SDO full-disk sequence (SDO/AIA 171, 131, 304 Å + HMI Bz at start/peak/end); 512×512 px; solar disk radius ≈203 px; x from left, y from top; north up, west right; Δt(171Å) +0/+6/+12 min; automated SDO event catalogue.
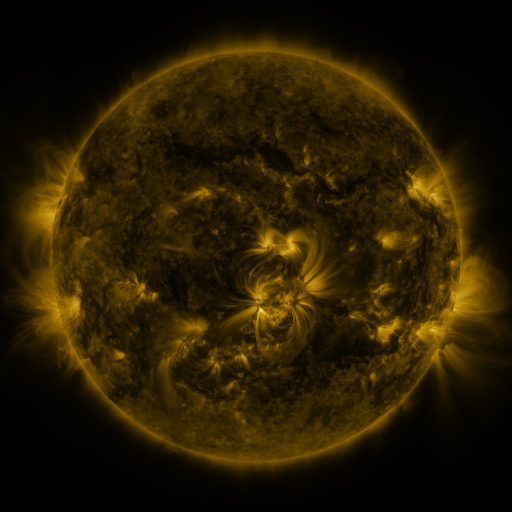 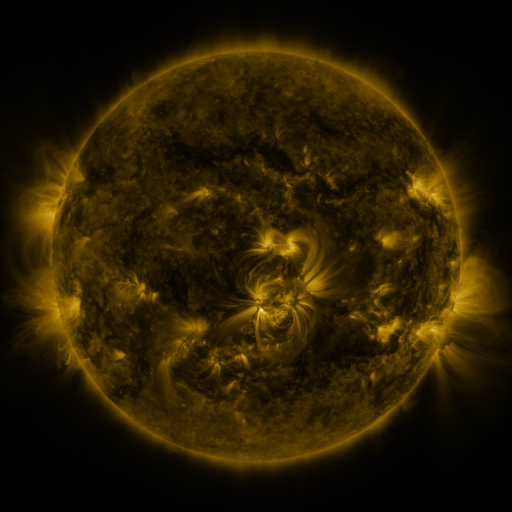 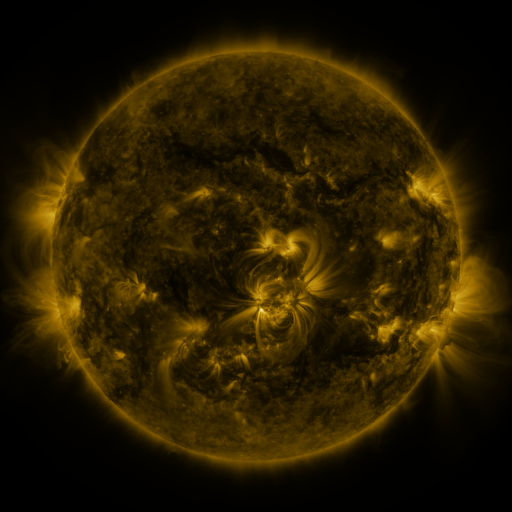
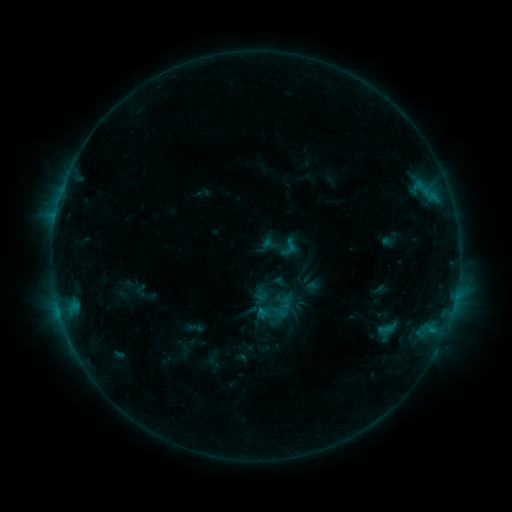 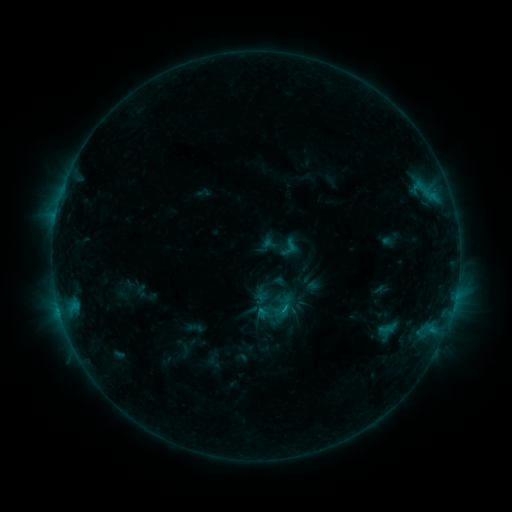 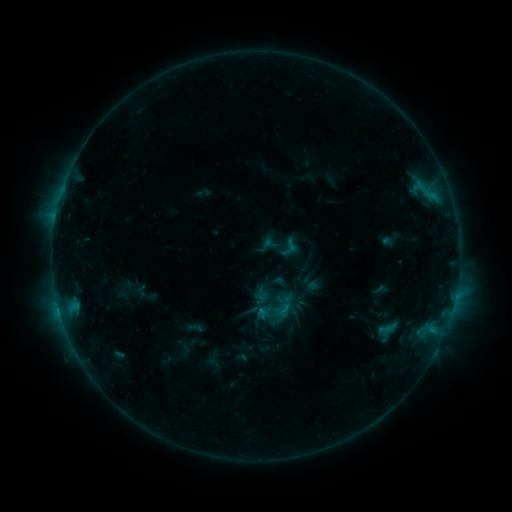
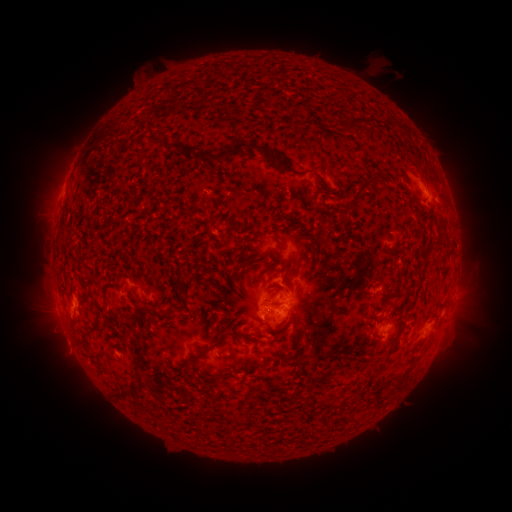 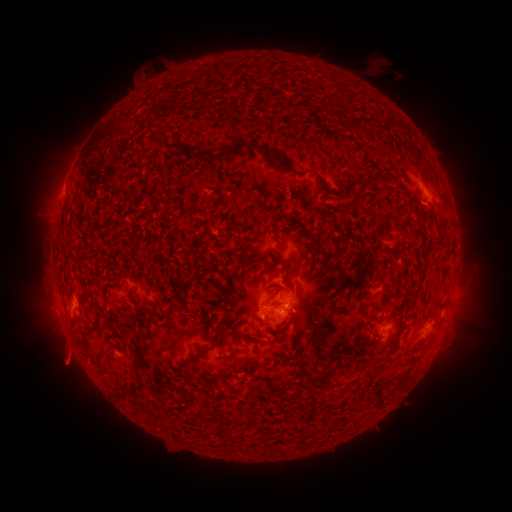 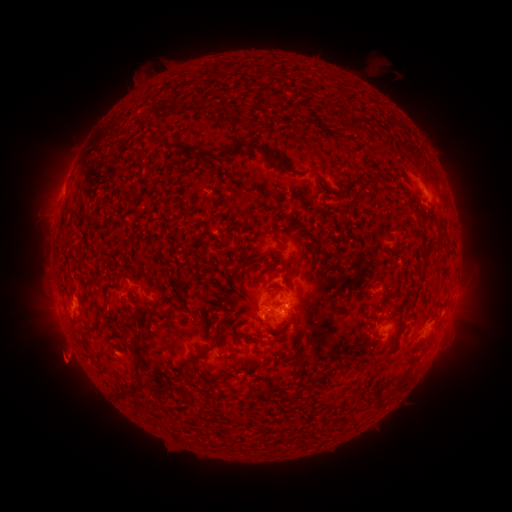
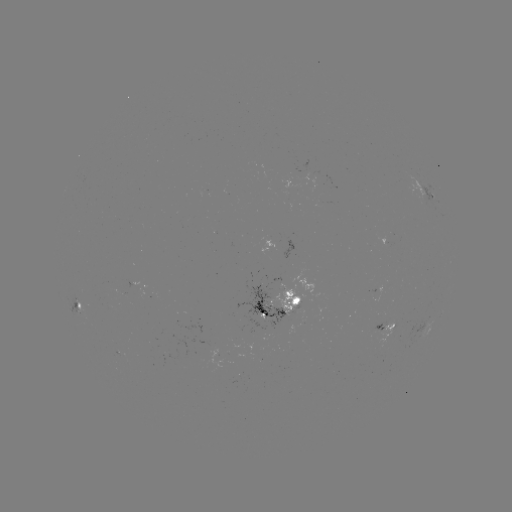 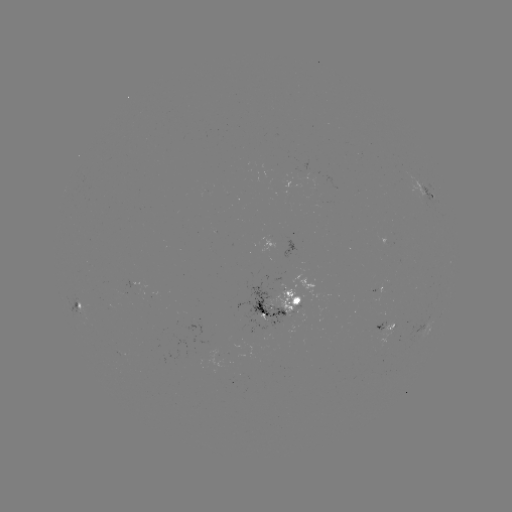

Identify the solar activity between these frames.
eruption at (66, 361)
